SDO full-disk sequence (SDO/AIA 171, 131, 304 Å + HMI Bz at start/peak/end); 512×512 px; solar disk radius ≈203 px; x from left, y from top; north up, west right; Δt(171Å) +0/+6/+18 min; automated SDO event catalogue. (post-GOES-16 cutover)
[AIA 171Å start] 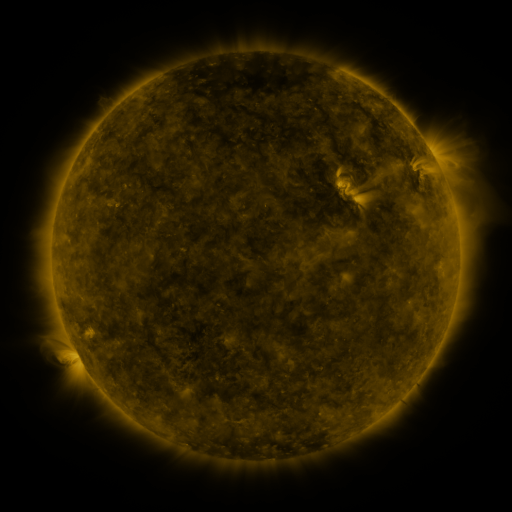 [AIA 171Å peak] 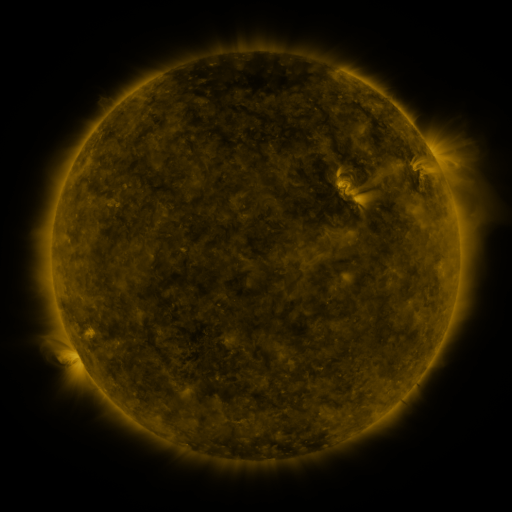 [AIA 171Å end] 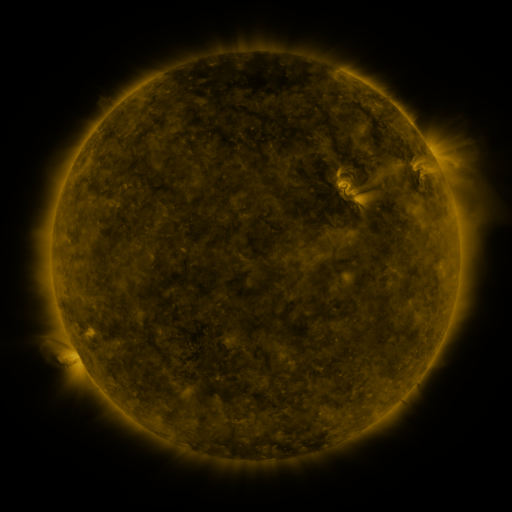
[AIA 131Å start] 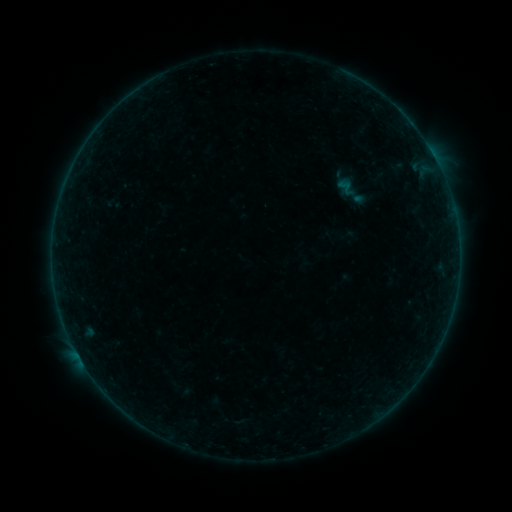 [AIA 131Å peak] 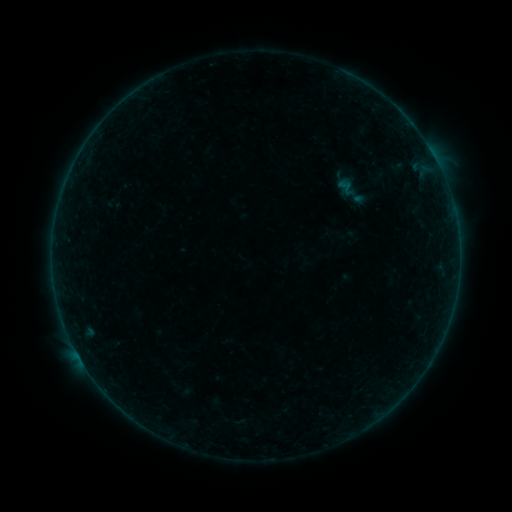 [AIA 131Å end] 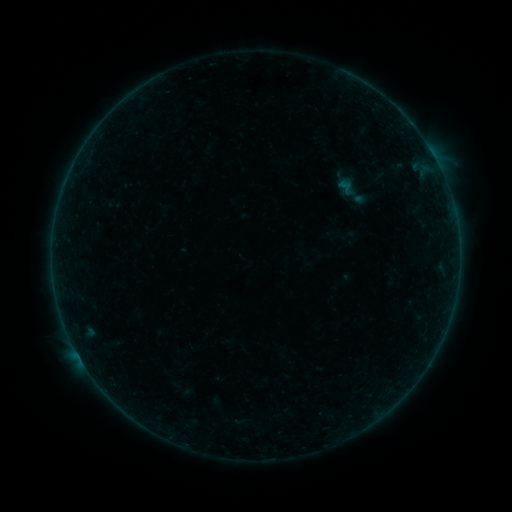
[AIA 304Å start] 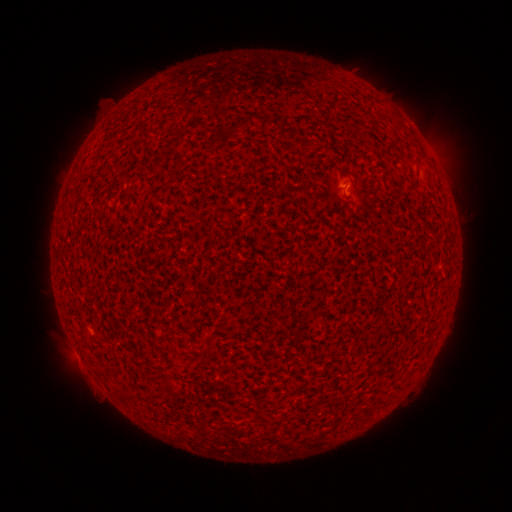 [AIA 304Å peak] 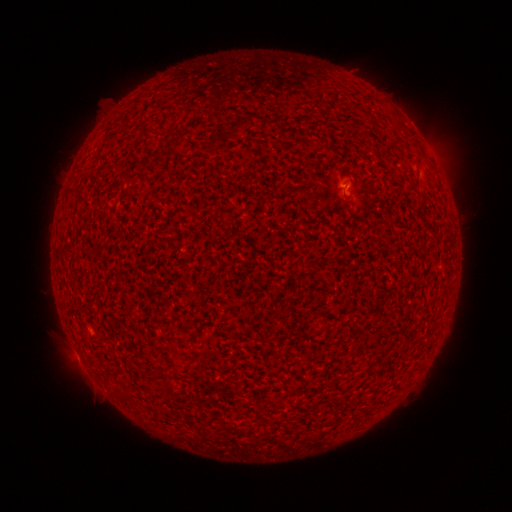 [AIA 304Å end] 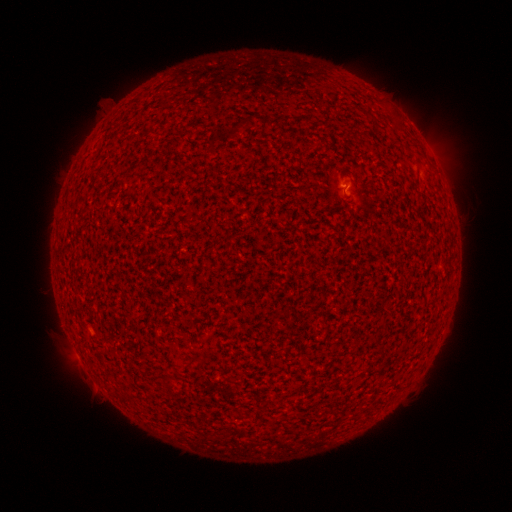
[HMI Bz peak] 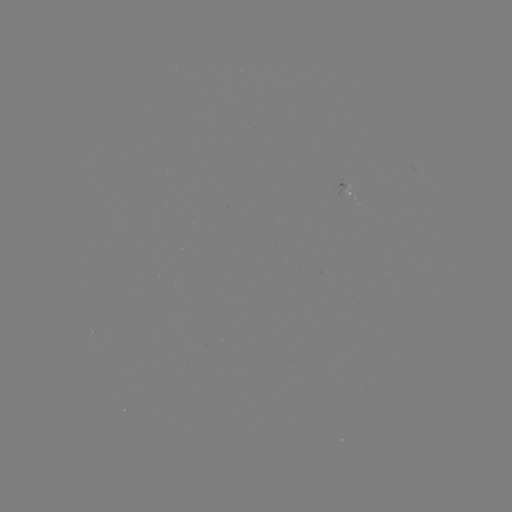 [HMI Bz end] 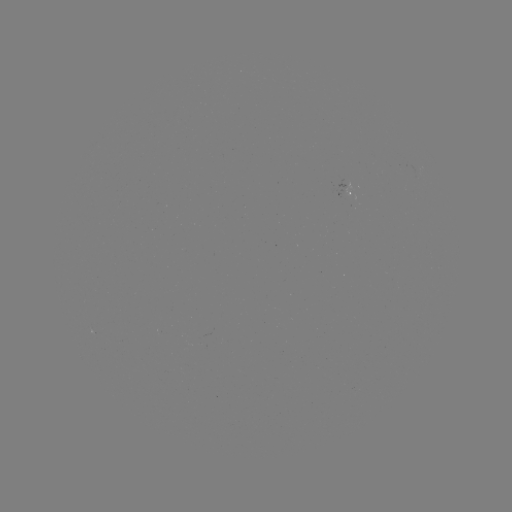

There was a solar flare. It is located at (345, 188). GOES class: A8.6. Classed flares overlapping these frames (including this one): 1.